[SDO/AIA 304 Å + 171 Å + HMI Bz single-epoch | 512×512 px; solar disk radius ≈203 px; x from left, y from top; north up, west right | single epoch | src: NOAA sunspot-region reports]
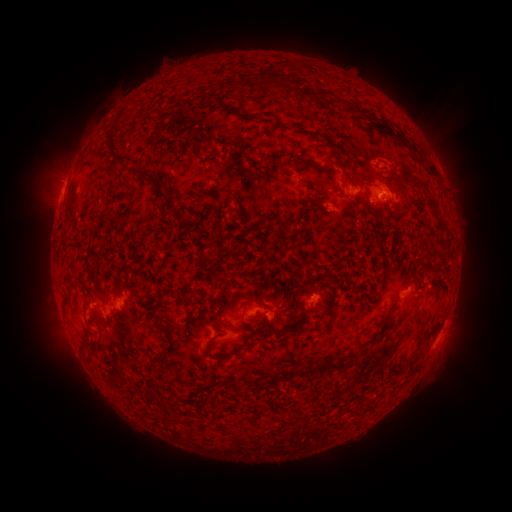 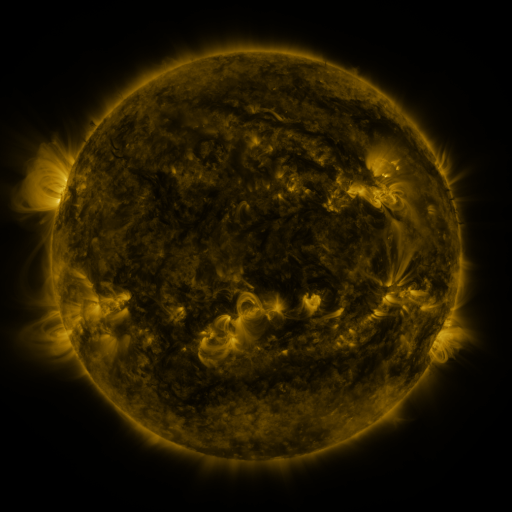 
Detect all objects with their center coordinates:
spotted active region: (349, 193)
spotted active region: (386, 193)
spotted active region: (409, 290)
spotted active region: (312, 297)
spotted active region: (128, 298)
spotted active region: (256, 313)
spotted active region: (438, 334)
